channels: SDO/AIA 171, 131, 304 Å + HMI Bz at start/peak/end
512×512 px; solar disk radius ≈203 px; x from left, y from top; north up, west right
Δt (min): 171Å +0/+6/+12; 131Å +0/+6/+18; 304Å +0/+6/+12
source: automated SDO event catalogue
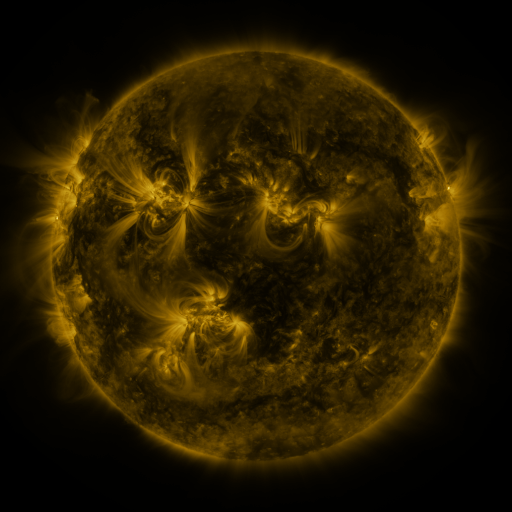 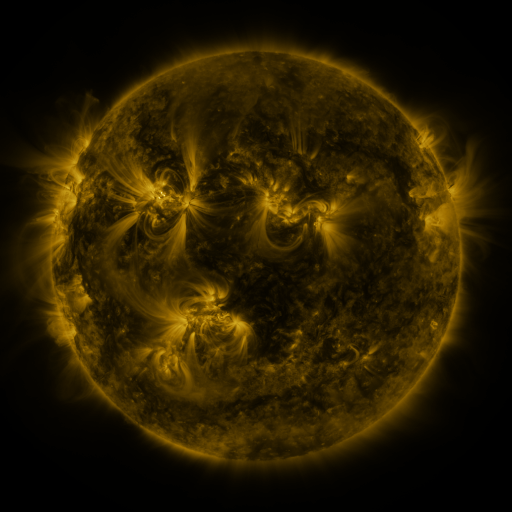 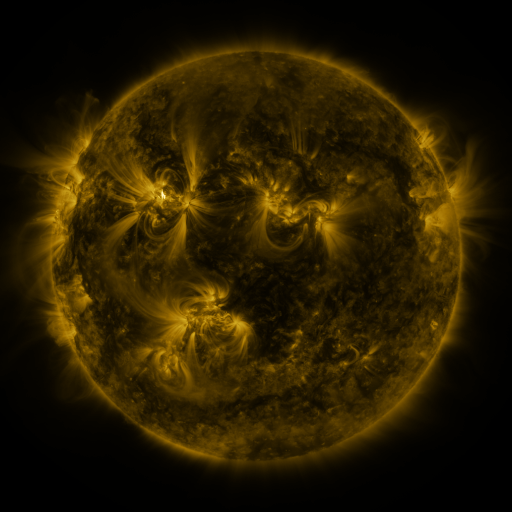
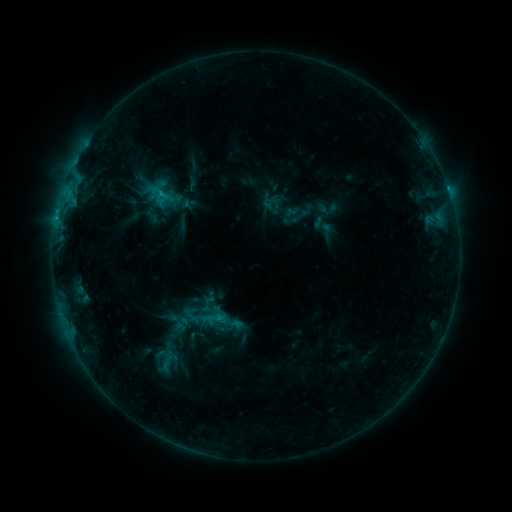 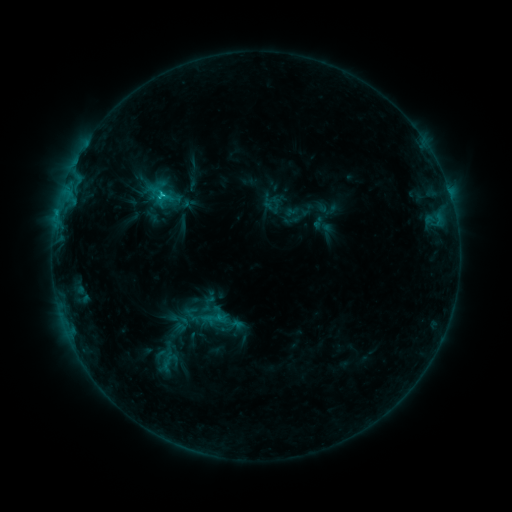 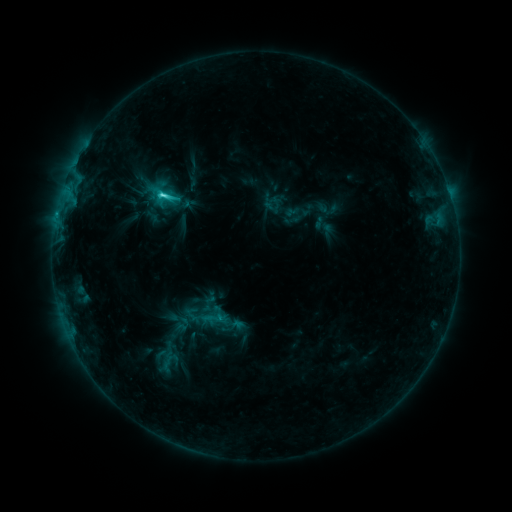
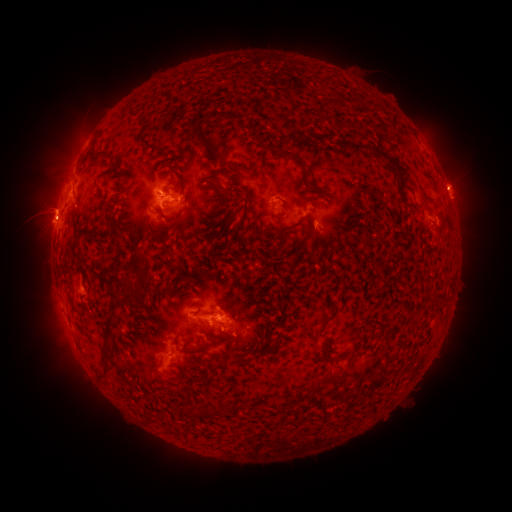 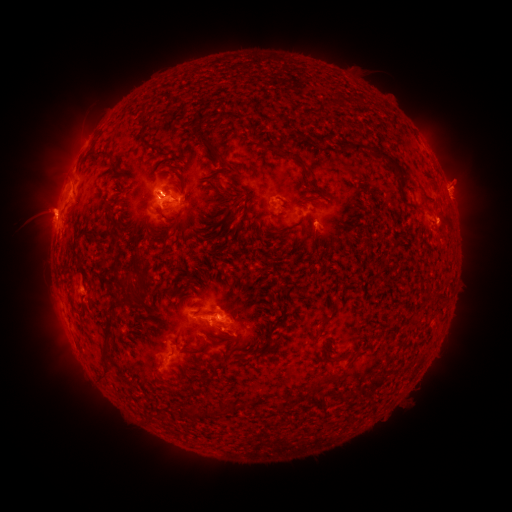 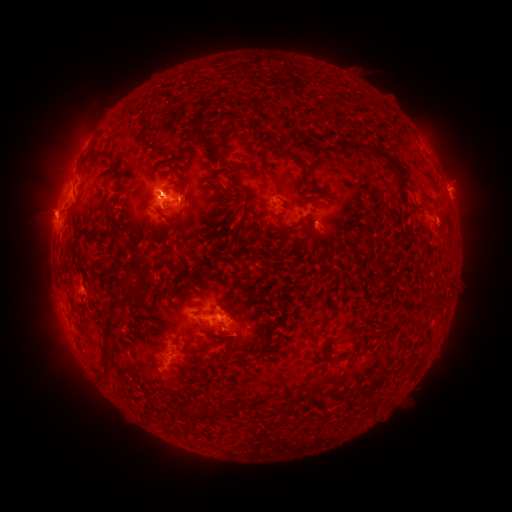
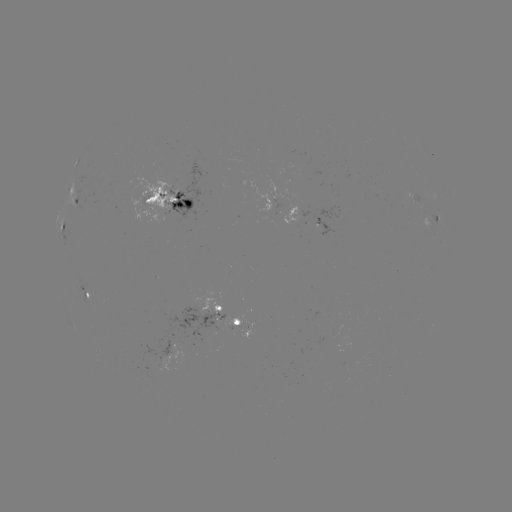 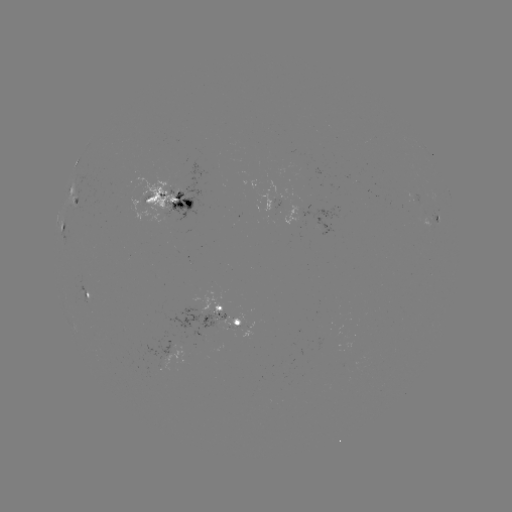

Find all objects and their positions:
eruption: (461, 178)
